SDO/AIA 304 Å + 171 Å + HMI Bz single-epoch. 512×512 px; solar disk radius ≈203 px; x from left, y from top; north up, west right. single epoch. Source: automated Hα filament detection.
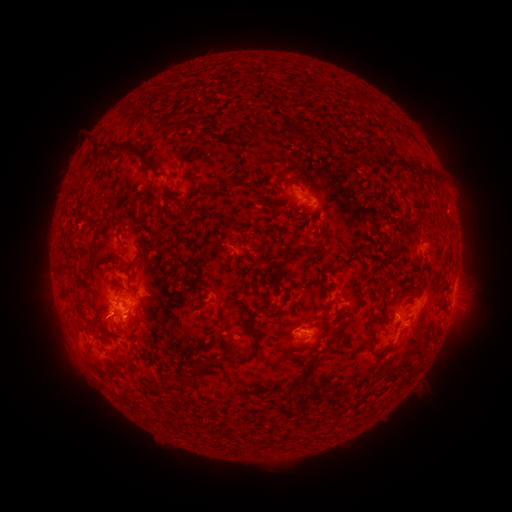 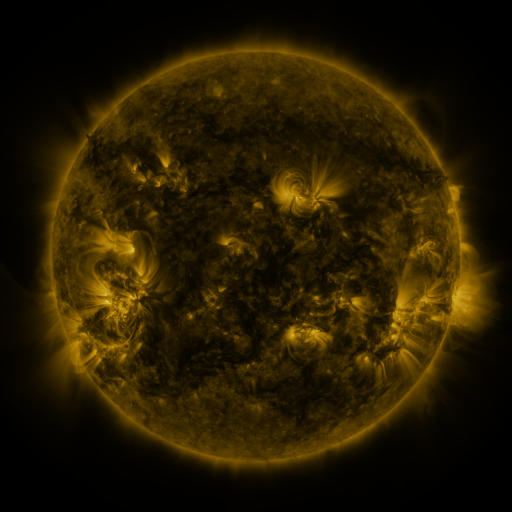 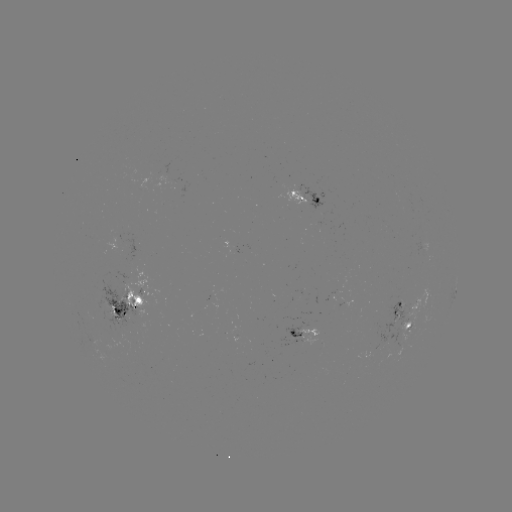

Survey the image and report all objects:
filament: (143, 96)
filament: (308, 128)
filament: (239, 131)
filament: (332, 136)
filament: (115, 150)
filament: (101, 177)
filament: (401, 190)
filament: (195, 205)
filament: (184, 218)
filament: (125, 221)
filament: (105, 246)
filament: (302, 250)
filament: (91, 264)
filament: (87, 282)
filament: (285, 301)
filament: (98, 329)
filament: (256, 333)
filament: (383, 351)
filament: (202, 370)
filament: (164, 374)
filament: (306, 376)
filament: (186, 388)
filament: (297, 436)
